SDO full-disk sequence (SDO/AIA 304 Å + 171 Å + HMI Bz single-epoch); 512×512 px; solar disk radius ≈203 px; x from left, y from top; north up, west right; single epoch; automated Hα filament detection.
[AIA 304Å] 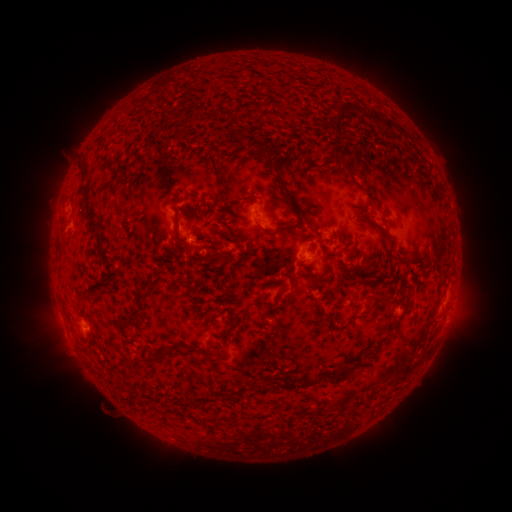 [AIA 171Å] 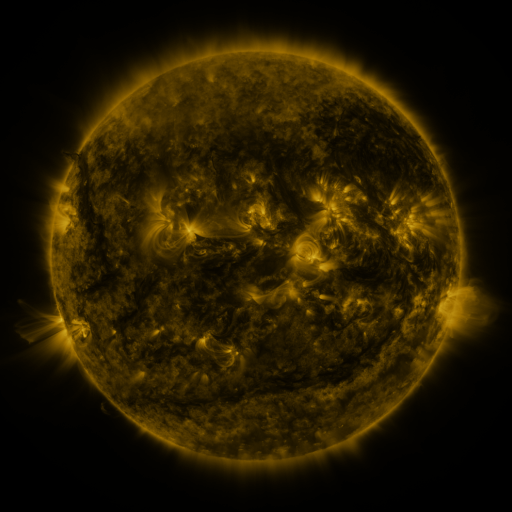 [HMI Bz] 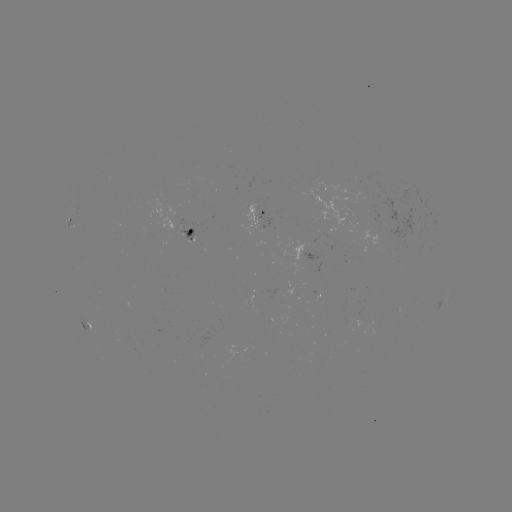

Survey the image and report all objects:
filament: (365, 114)
filament: (338, 117)
filament: (387, 125)
filament: (229, 141)
filament: (262, 150)
filament: (213, 166)
filament: (347, 166)
filament: (81, 168)
filament: (274, 170)
filament: (302, 181)
filament: (271, 189)
filament: (85, 193)
filament: (221, 199)
filament: (287, 199)
filament: (236, 204)
filament: (177, 213)
filament: (228, 217)
filament: (91, 221)
filament: (293, 226)
filament: (316, 232)
filament: (390, 245)
filament: (192, 247)
filament: (350, 250)
filament: (249, 252)
filament: (215, 256)
filament: (143, 286)
filament: (201, 287)
filament: (280, 293)
filament: (82, 299)
filament: (319, 304)
filament: (367, 311)
filament: (213, 319)
filament: (234, 322)
filament: (129, 323)
filament: (160, 357)
filament: (337, 374)
filament: (291, 384)
